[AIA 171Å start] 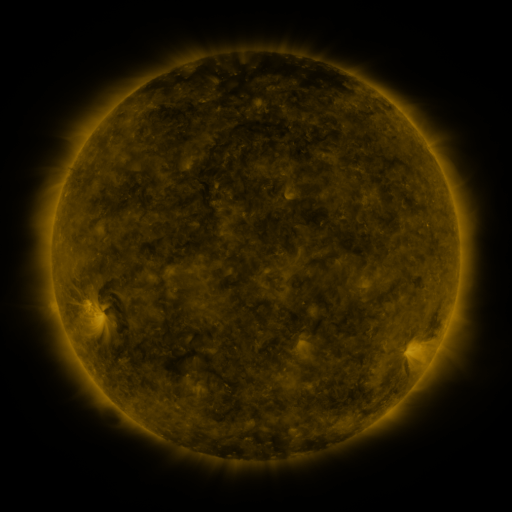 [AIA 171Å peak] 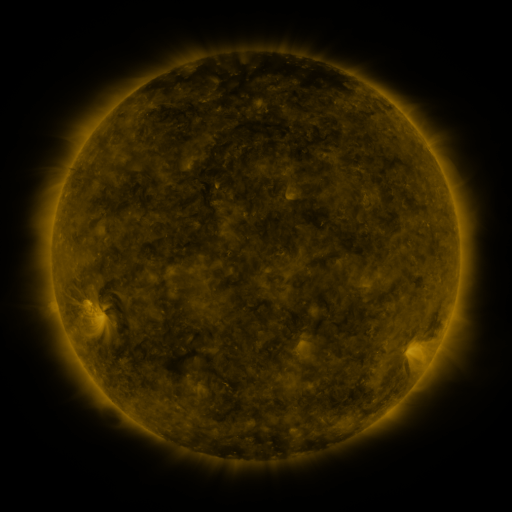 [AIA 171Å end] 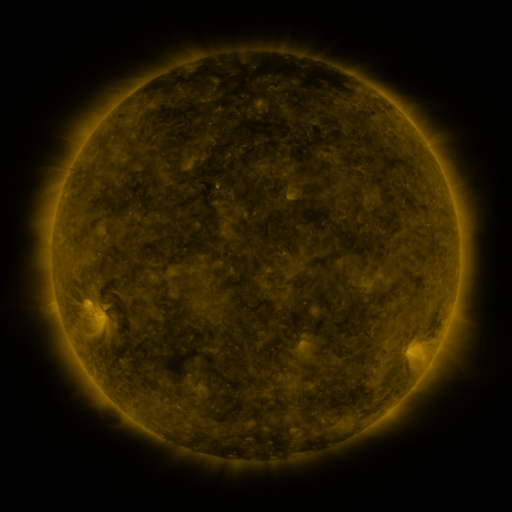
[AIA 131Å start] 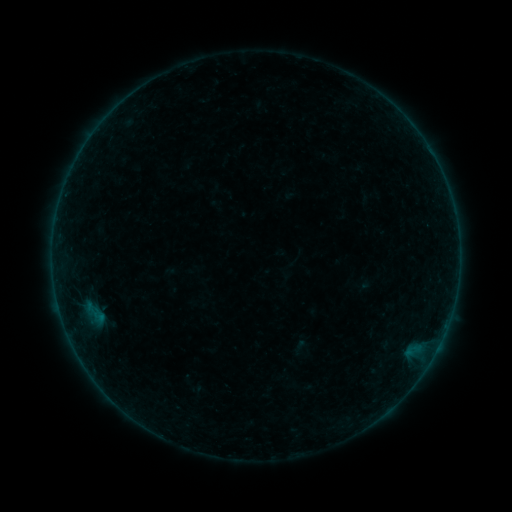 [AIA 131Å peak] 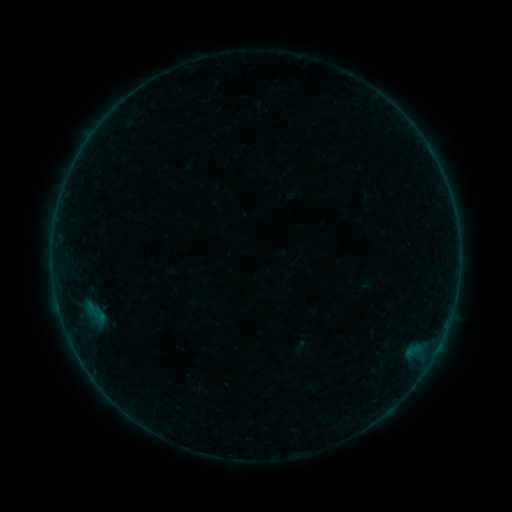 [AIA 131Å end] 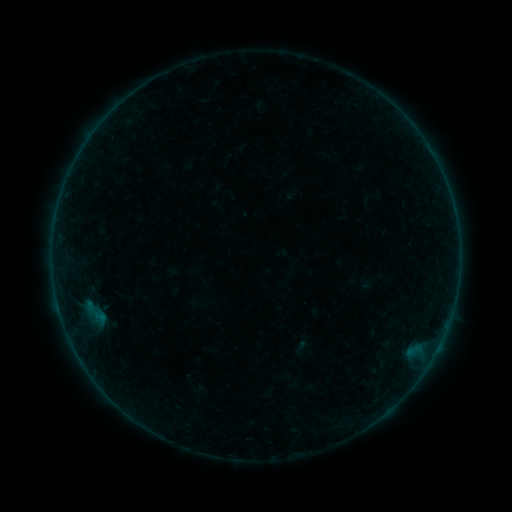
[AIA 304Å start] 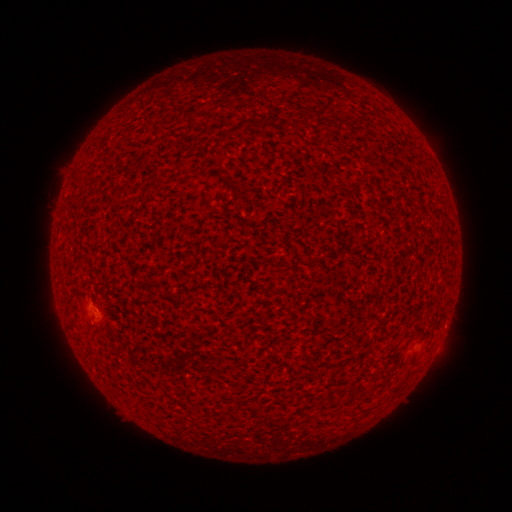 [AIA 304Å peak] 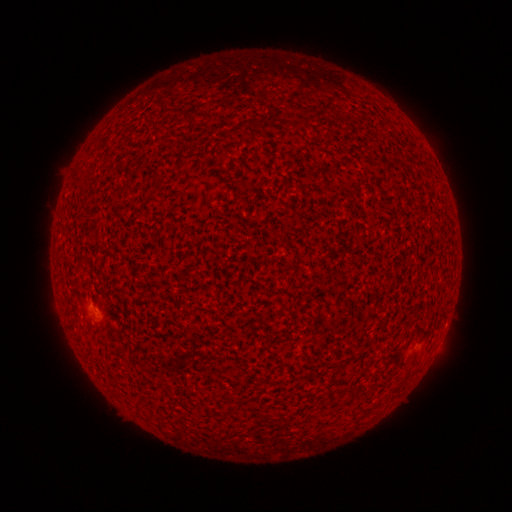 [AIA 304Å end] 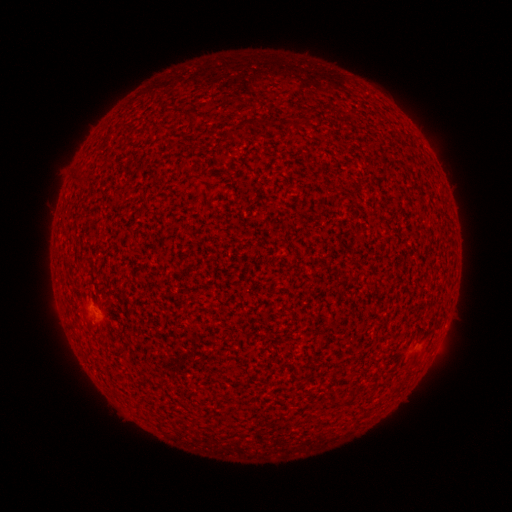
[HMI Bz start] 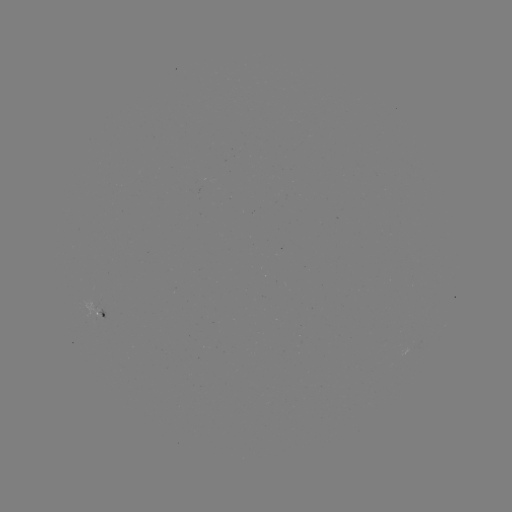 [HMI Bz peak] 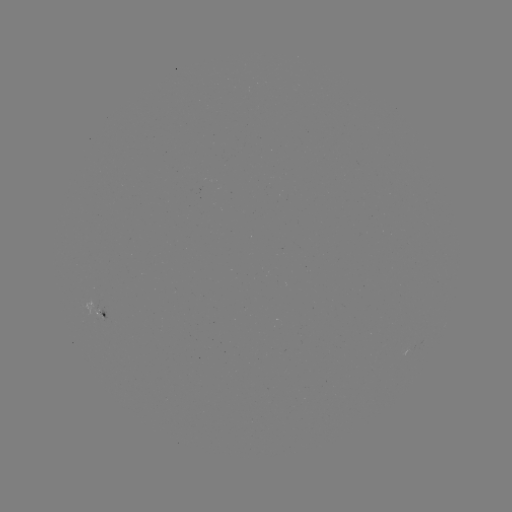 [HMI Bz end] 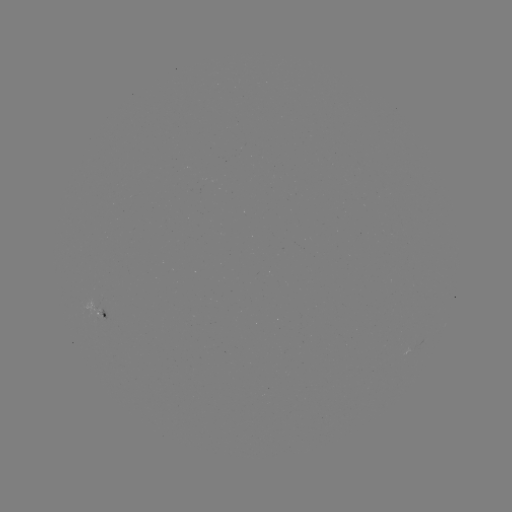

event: flare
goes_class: A3.6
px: (94, 309)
